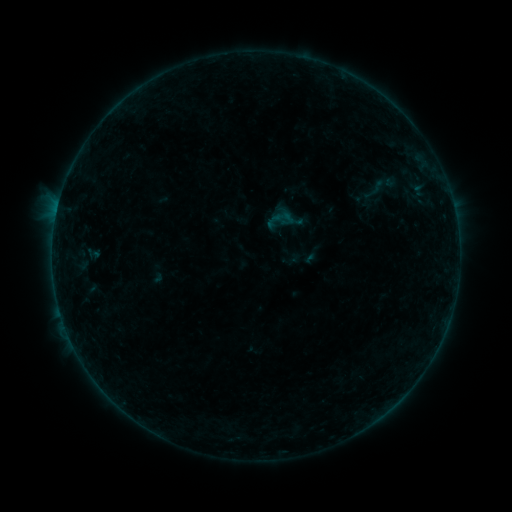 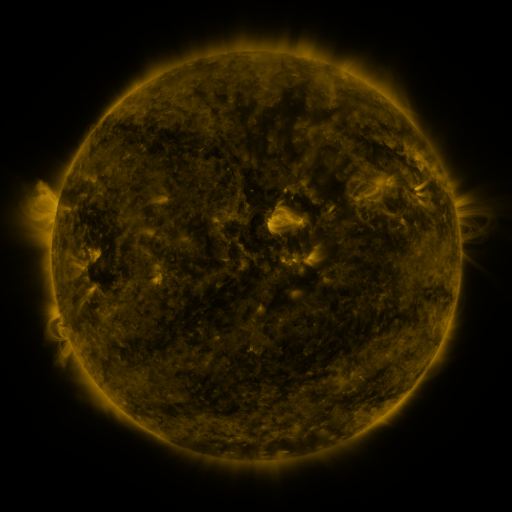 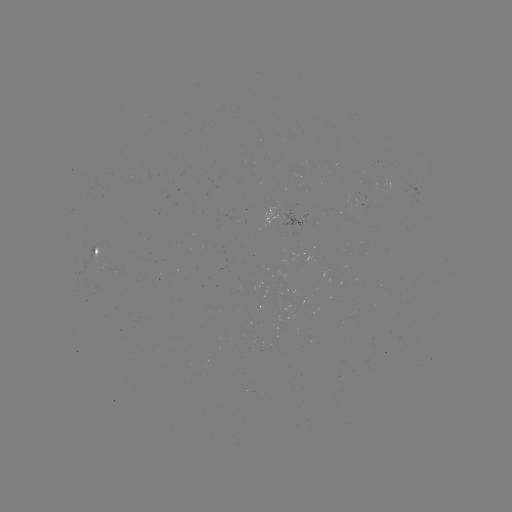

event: sigmoid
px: (373, 192)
